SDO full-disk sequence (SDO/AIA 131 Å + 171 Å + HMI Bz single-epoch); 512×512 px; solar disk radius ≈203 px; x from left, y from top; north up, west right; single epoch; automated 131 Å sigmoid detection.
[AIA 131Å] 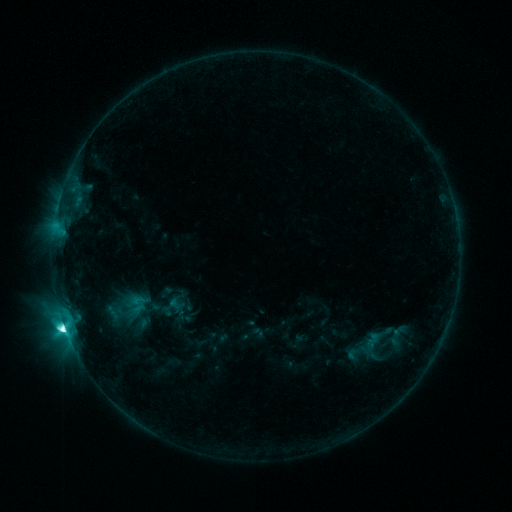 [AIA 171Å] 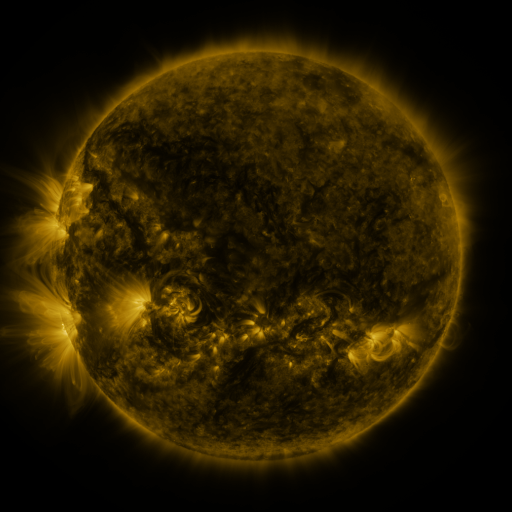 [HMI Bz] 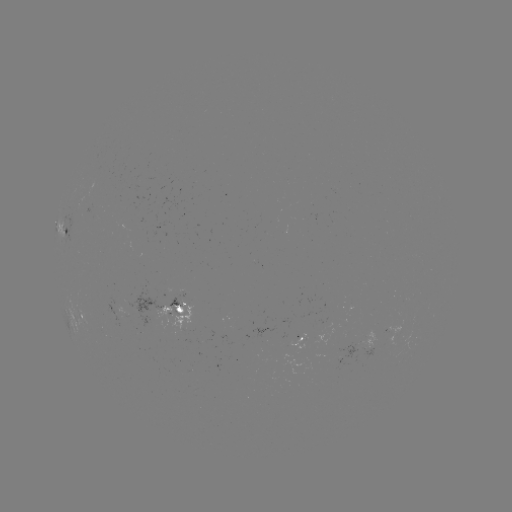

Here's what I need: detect sigmoid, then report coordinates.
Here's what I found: sigmoid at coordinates (137, 304).